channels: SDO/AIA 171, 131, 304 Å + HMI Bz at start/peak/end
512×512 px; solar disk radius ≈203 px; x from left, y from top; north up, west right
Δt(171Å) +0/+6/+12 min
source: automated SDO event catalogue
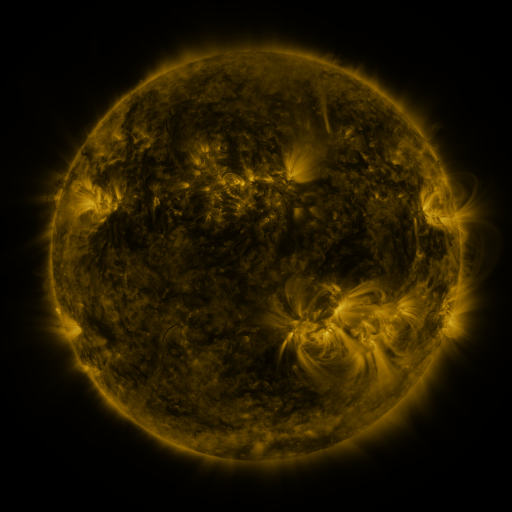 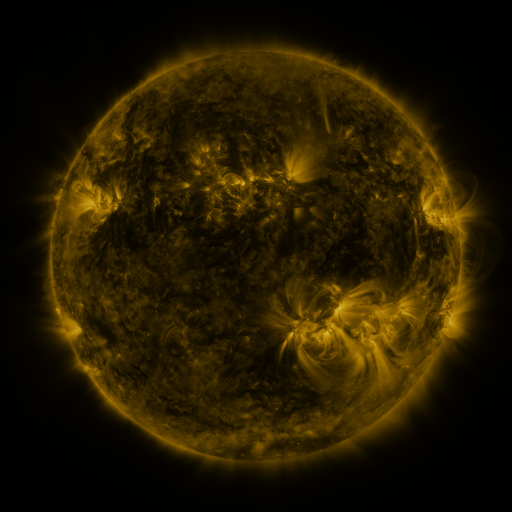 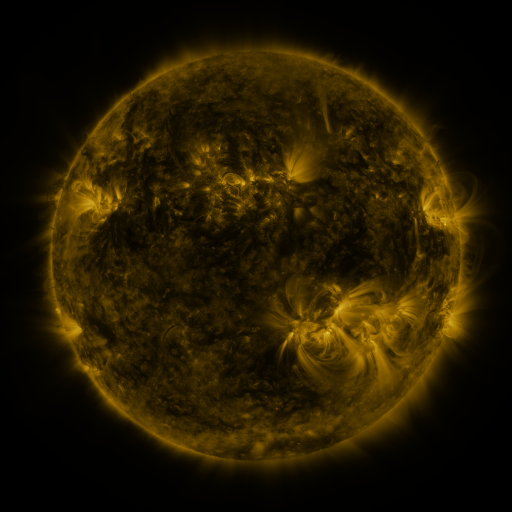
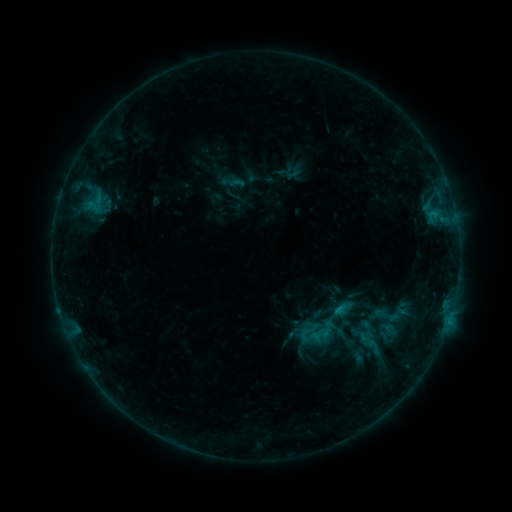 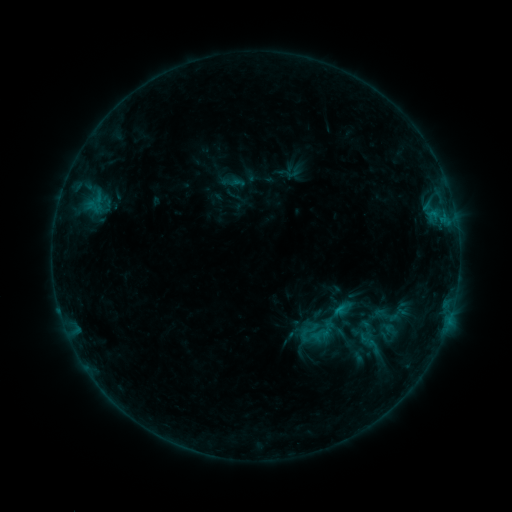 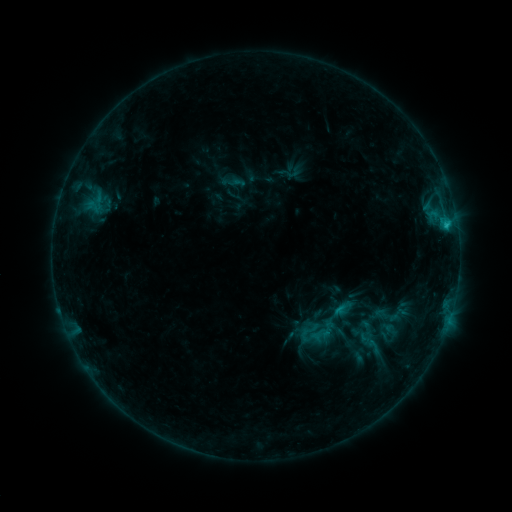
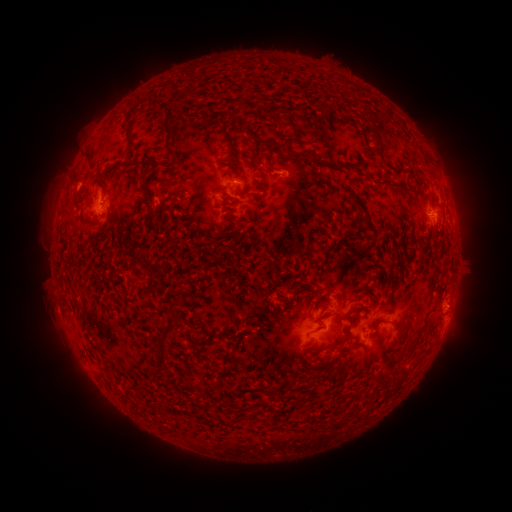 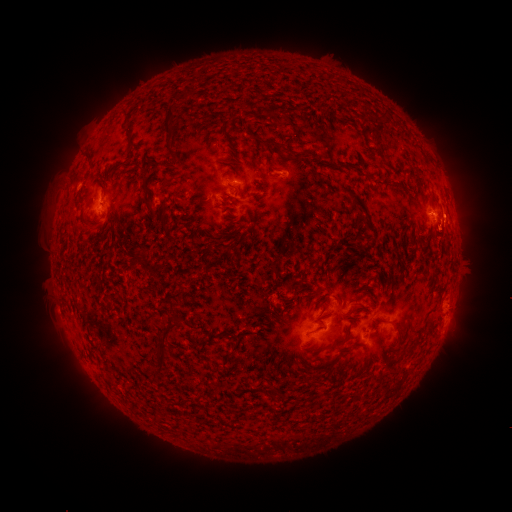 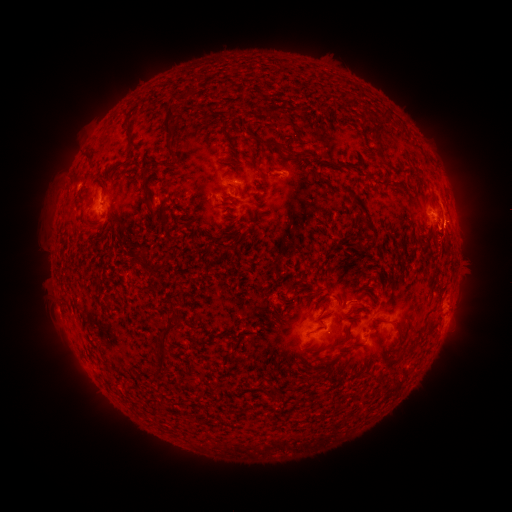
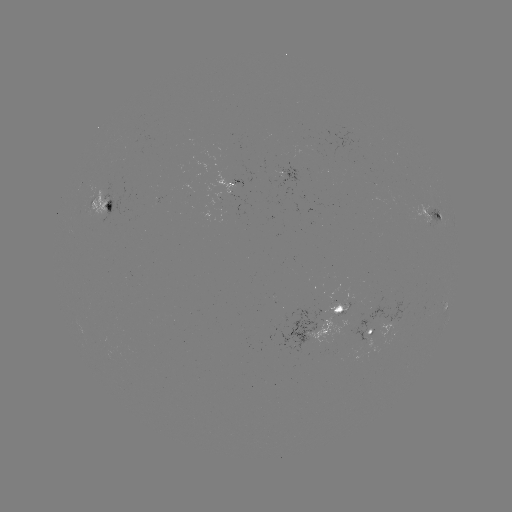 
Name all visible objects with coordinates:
eruption: (459, 214)
